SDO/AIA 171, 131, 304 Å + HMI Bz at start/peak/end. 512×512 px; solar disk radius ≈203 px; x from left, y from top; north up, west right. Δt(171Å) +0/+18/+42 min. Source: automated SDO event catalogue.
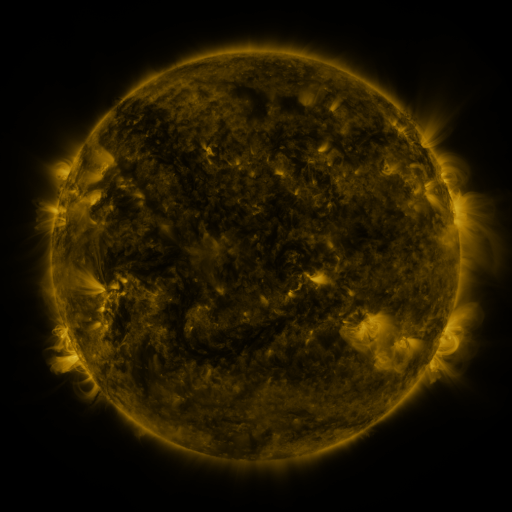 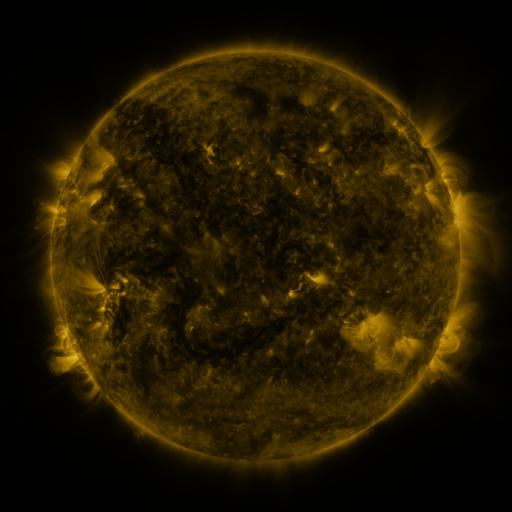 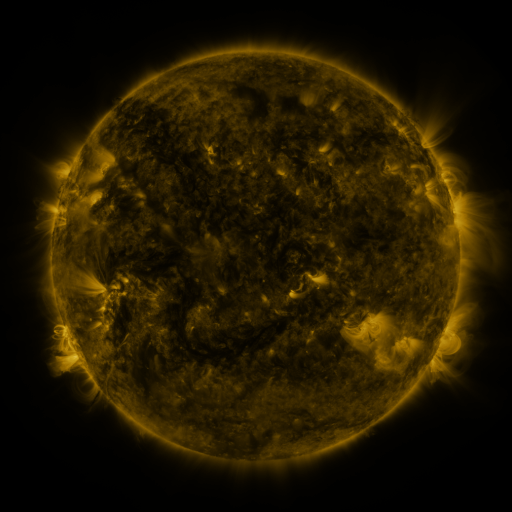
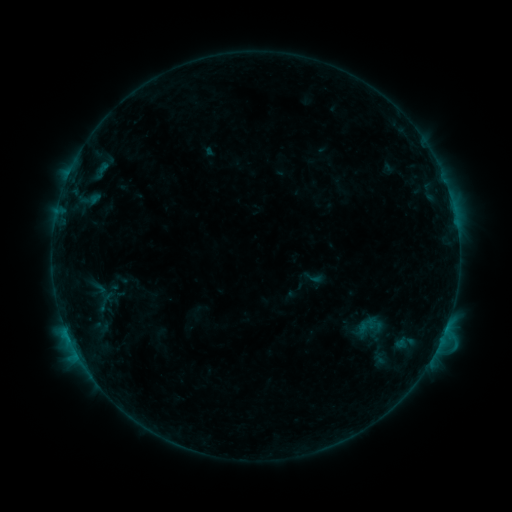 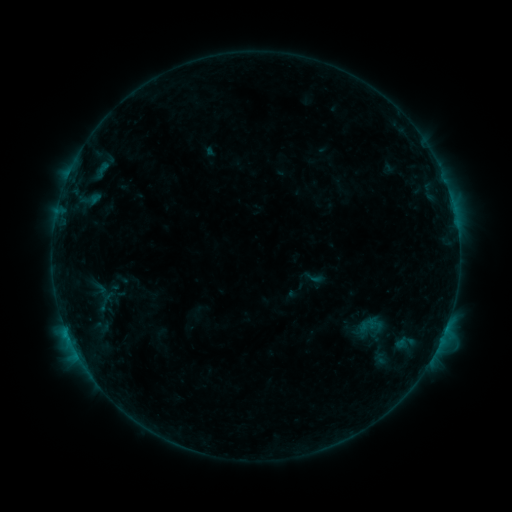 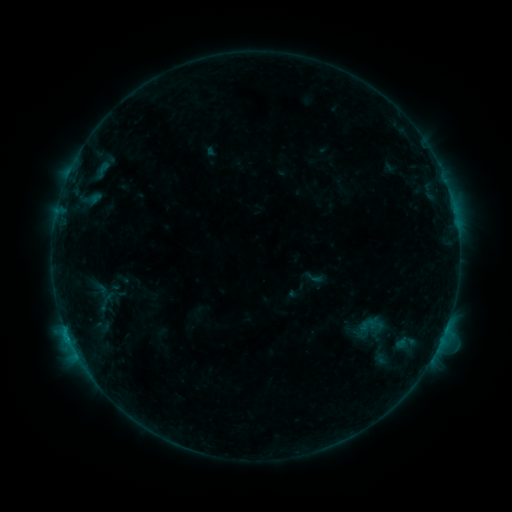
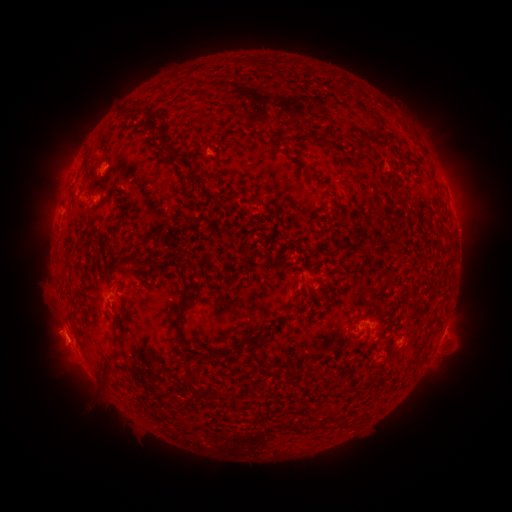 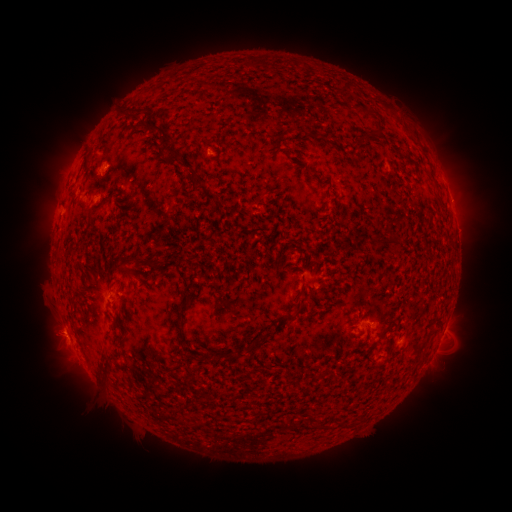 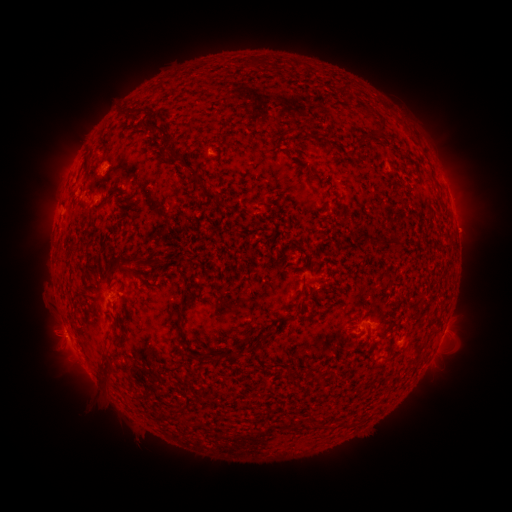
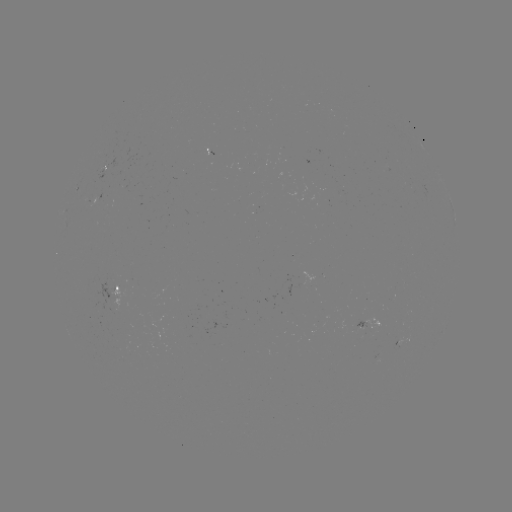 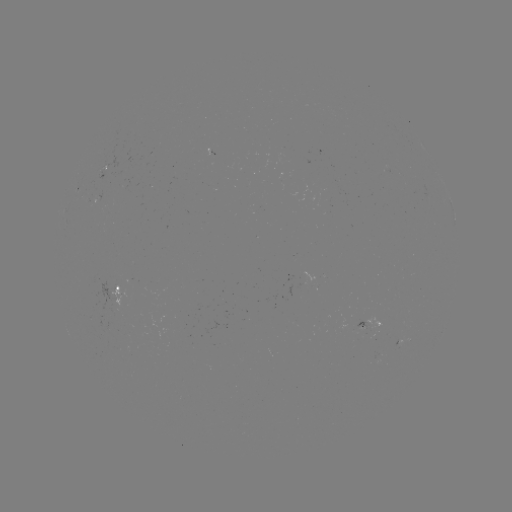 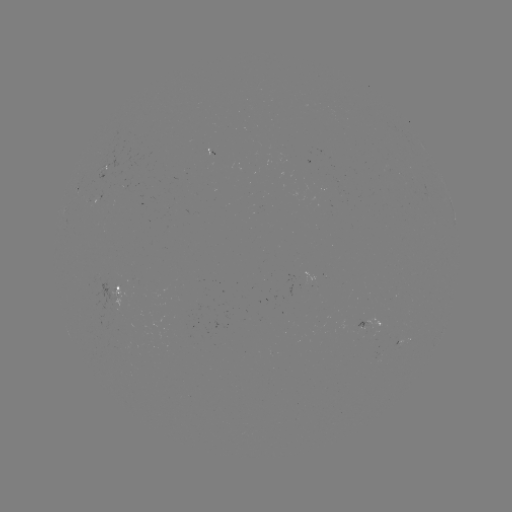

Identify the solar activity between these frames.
nothing was catalogued: no classed flare, no EUV trigger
